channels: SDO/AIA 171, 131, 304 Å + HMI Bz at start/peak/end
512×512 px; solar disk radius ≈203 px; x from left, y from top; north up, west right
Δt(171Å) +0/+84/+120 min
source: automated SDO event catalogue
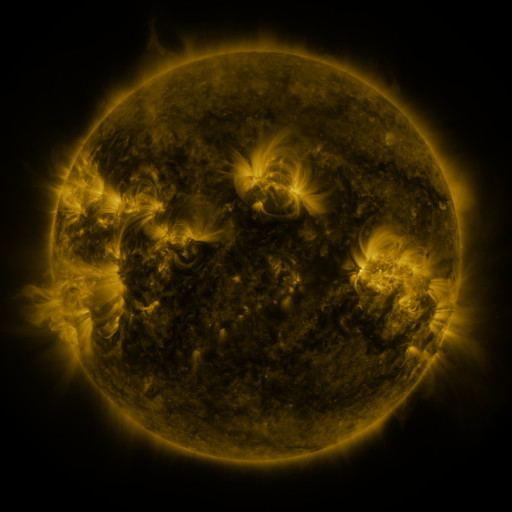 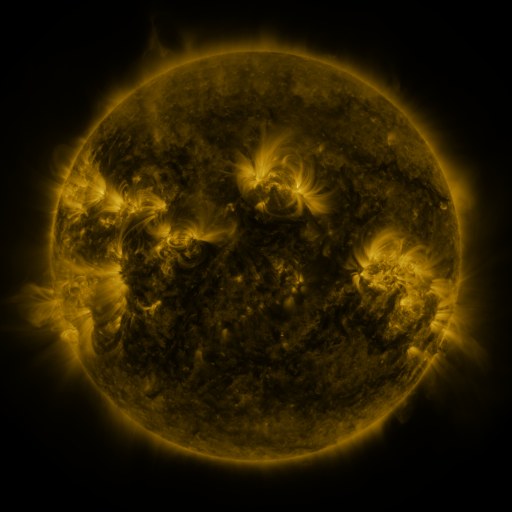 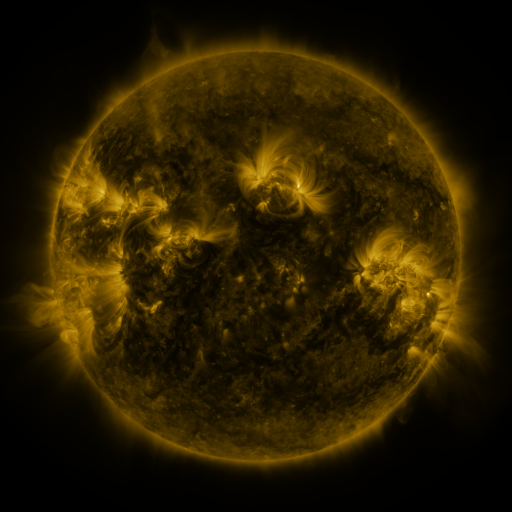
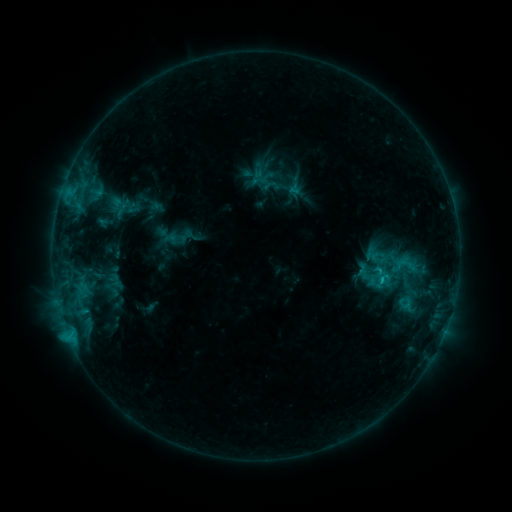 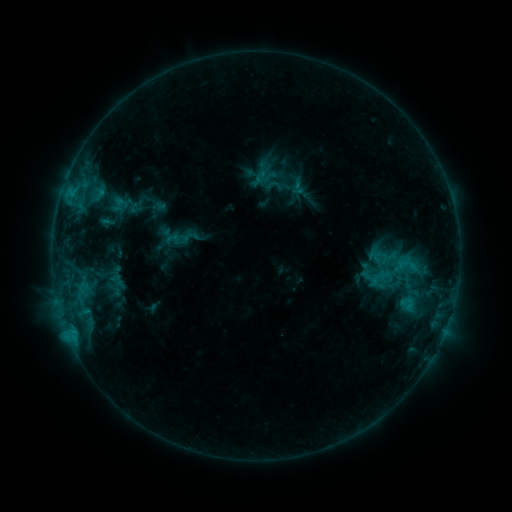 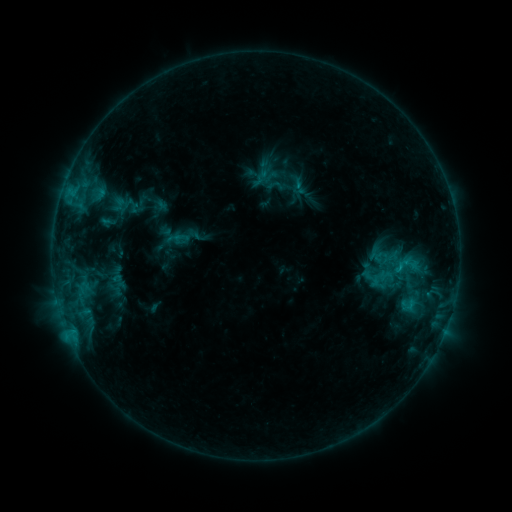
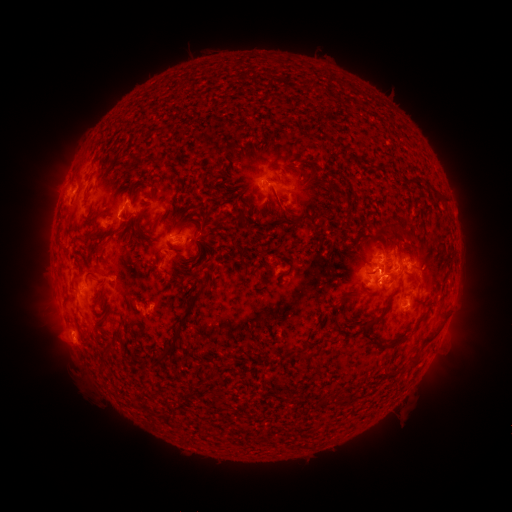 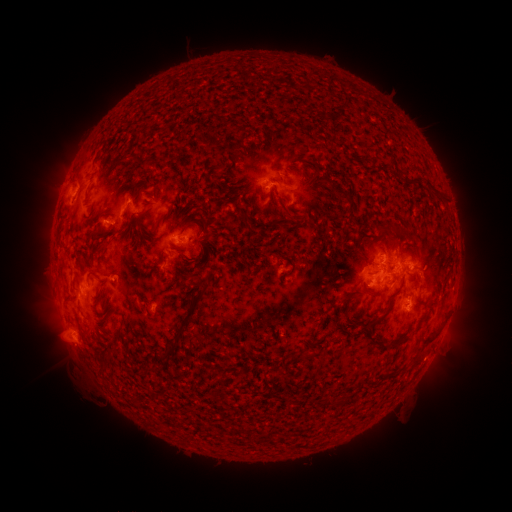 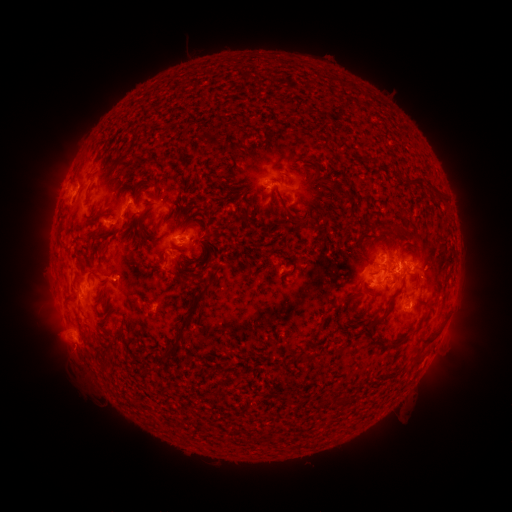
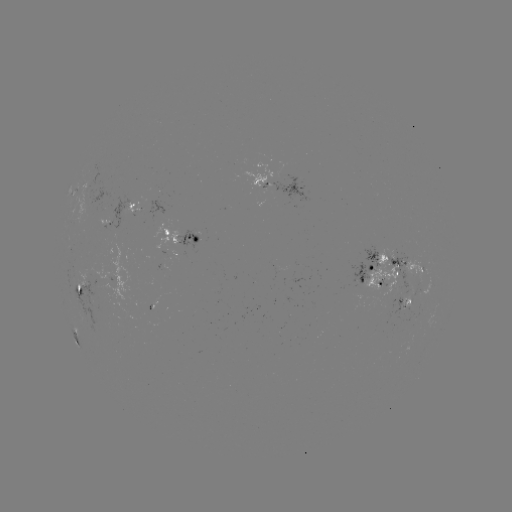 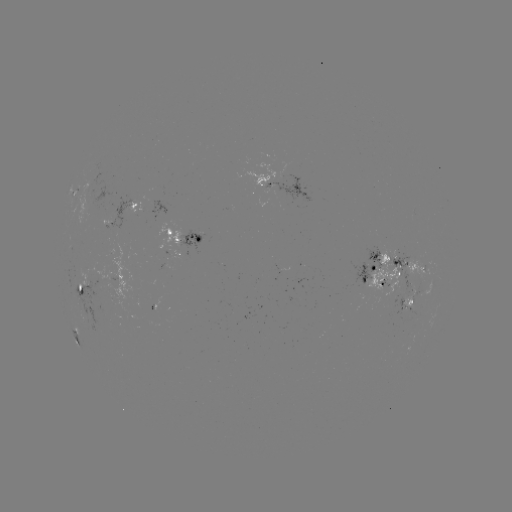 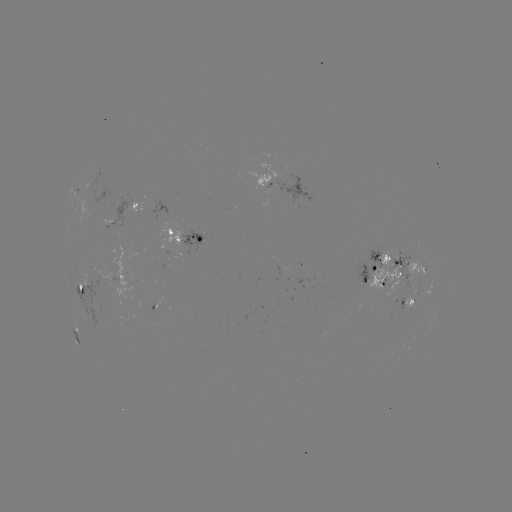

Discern emerging-flux region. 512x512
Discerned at (394, 300).